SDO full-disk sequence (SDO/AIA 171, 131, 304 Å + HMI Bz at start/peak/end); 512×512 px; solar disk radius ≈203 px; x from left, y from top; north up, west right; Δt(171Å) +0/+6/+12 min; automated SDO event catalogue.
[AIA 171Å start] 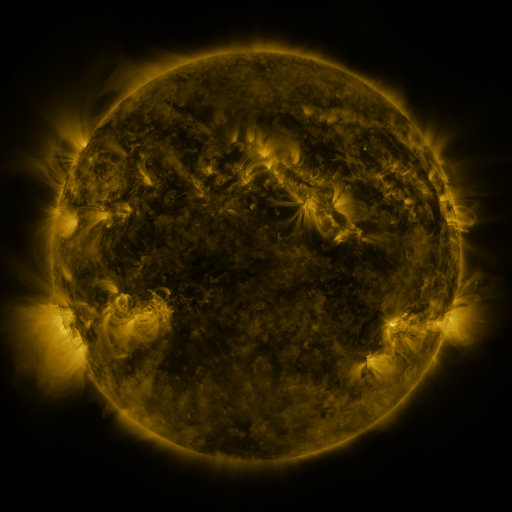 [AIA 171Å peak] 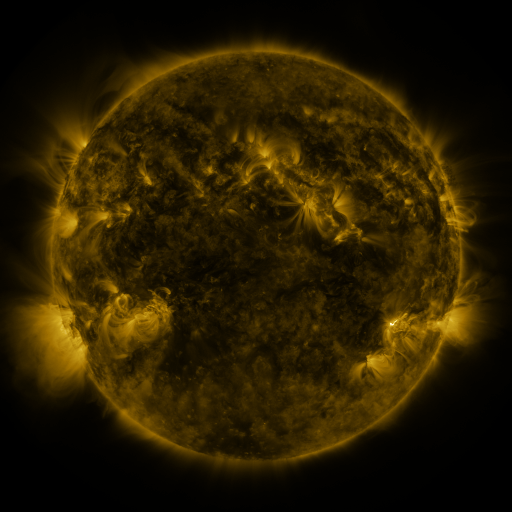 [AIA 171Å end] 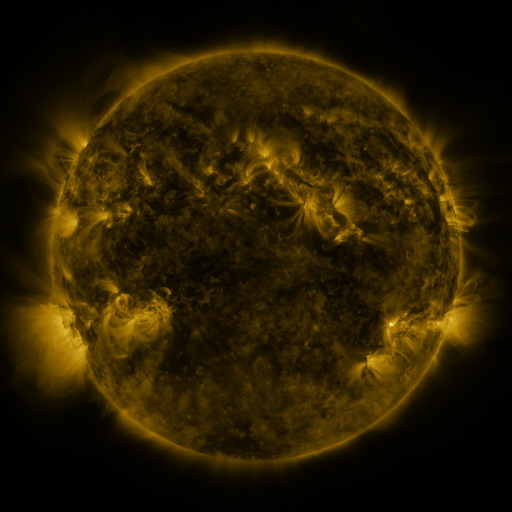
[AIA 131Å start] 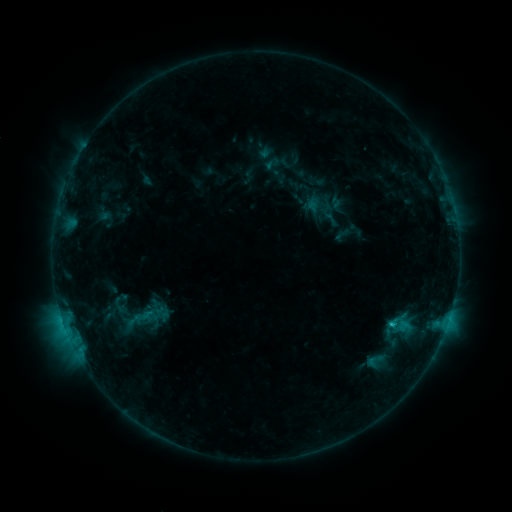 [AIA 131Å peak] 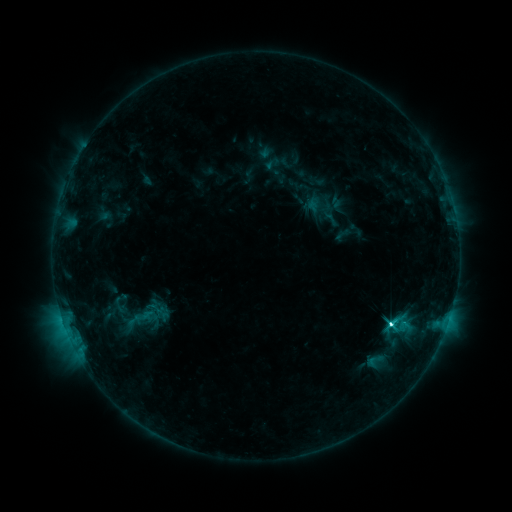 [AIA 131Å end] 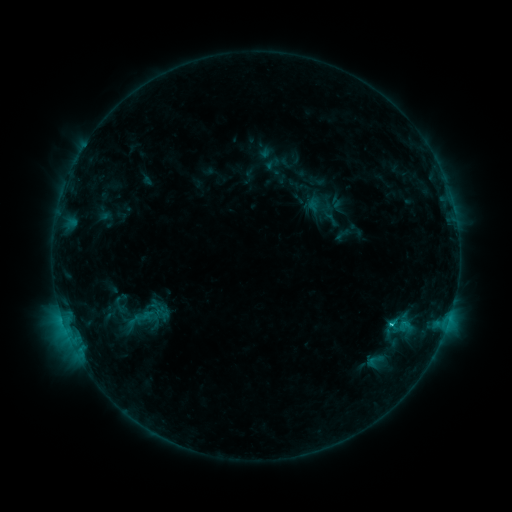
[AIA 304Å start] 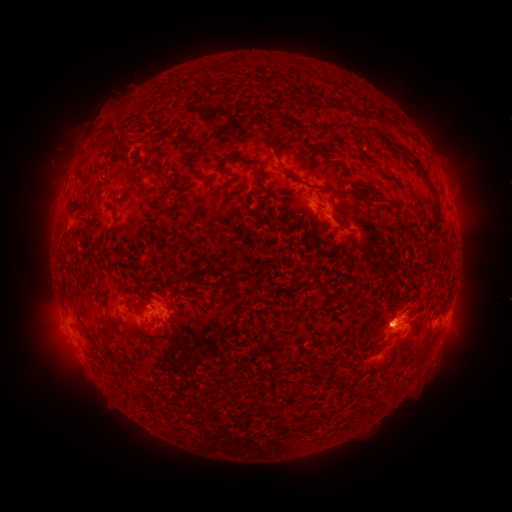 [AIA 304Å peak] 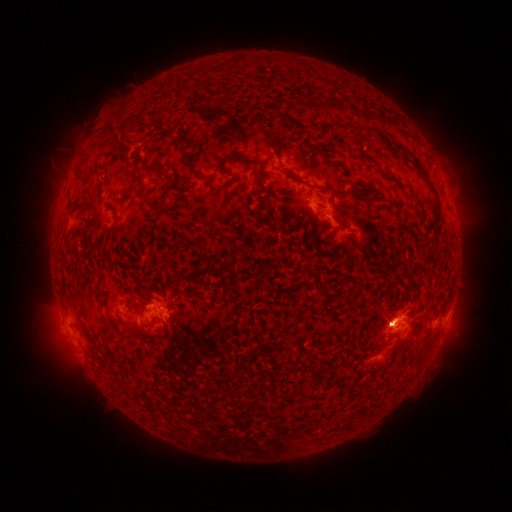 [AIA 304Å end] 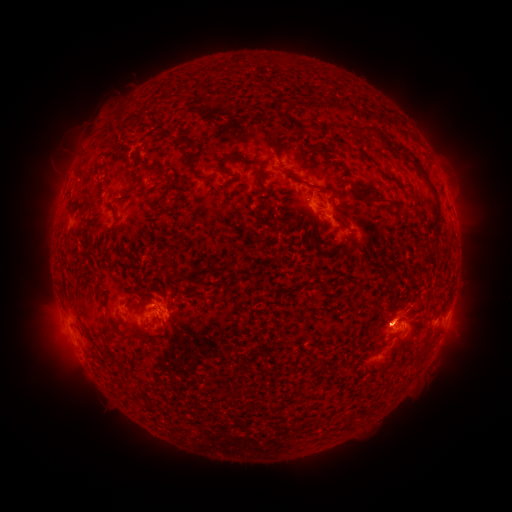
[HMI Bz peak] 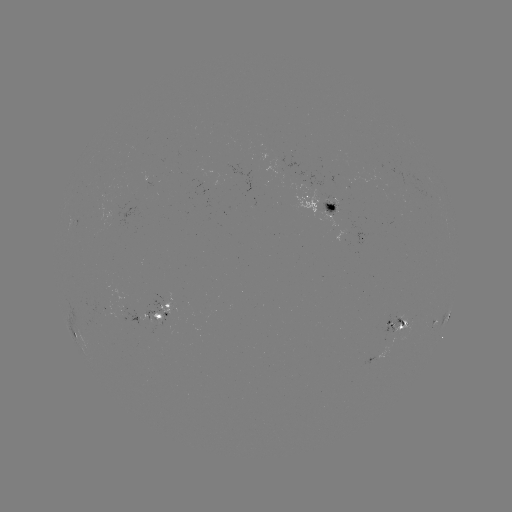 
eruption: <bbox>28, 292, 90, 383</bbox>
